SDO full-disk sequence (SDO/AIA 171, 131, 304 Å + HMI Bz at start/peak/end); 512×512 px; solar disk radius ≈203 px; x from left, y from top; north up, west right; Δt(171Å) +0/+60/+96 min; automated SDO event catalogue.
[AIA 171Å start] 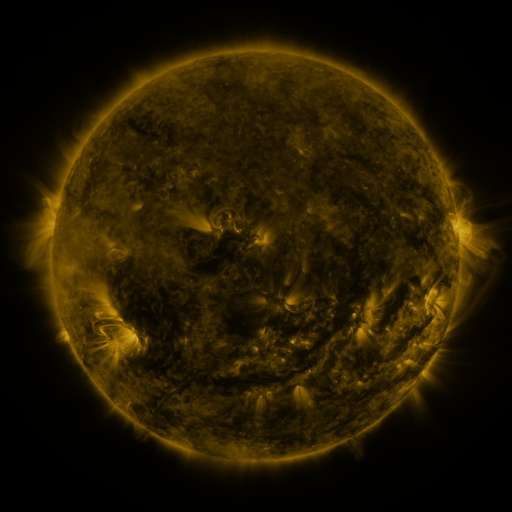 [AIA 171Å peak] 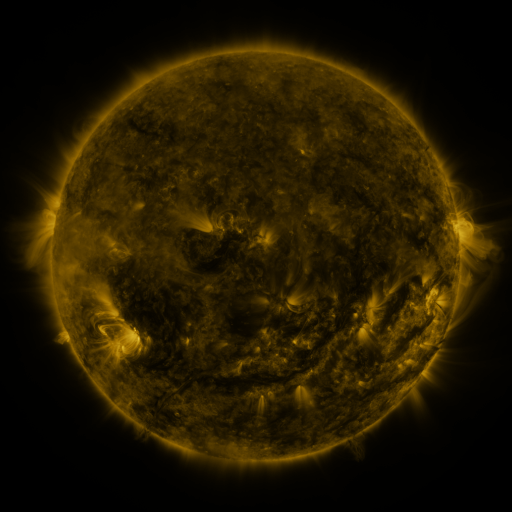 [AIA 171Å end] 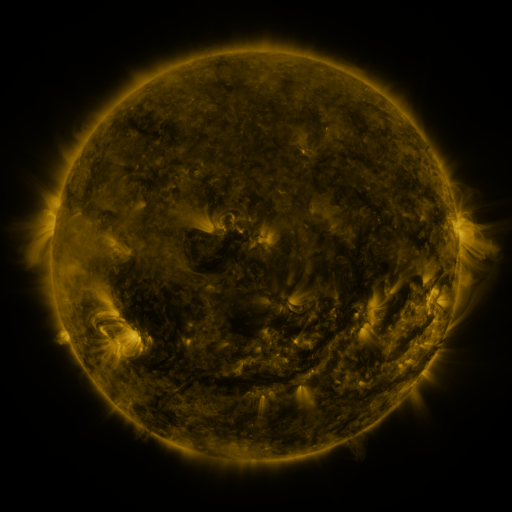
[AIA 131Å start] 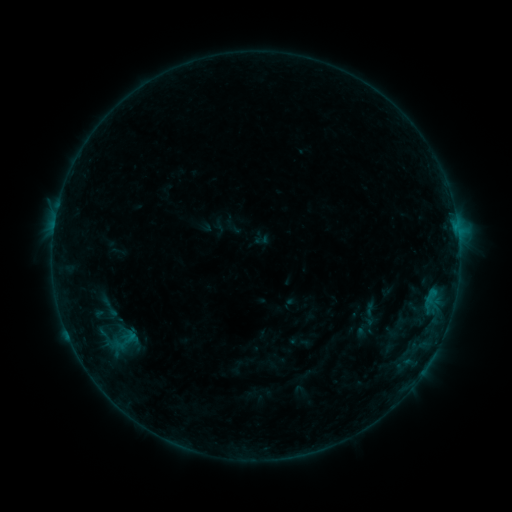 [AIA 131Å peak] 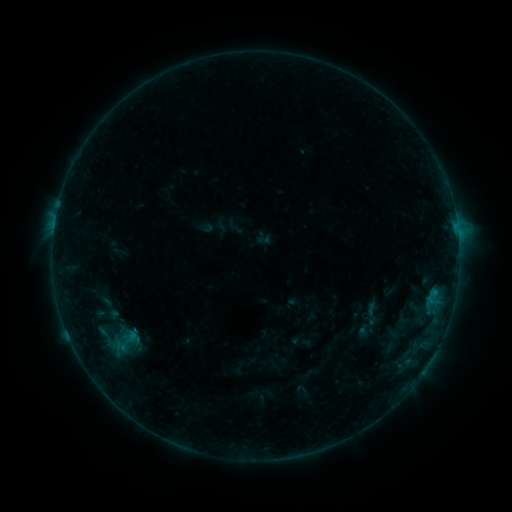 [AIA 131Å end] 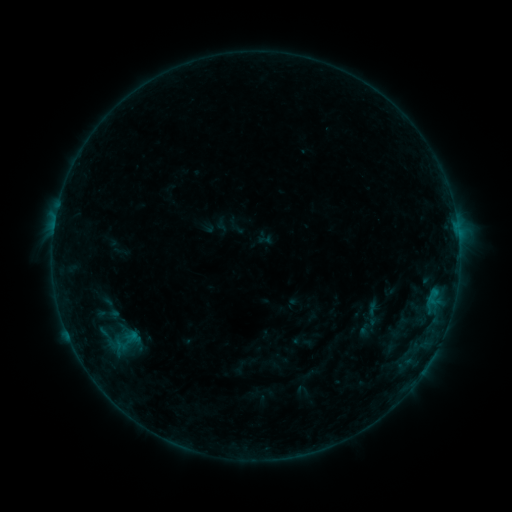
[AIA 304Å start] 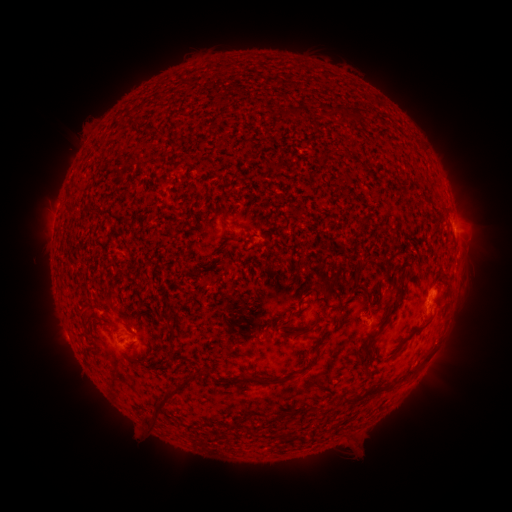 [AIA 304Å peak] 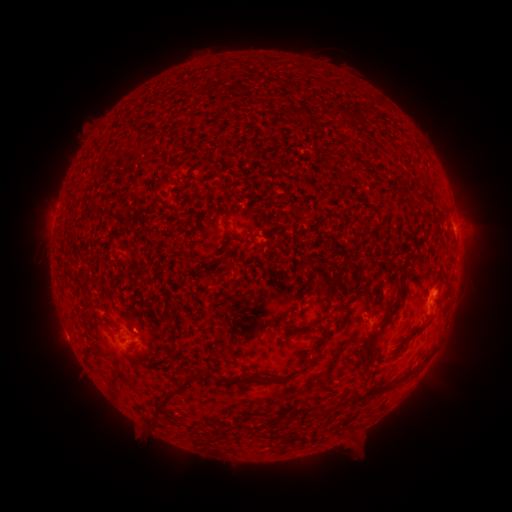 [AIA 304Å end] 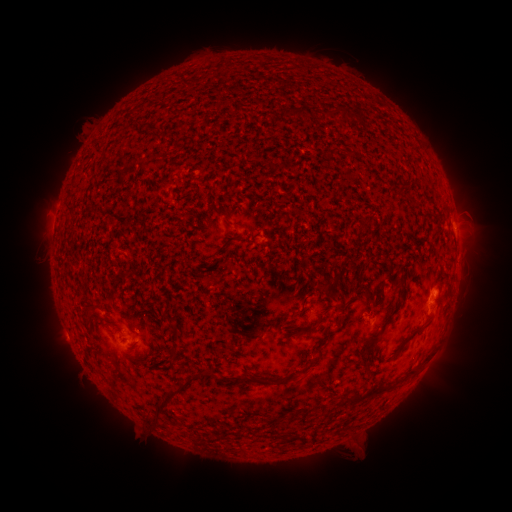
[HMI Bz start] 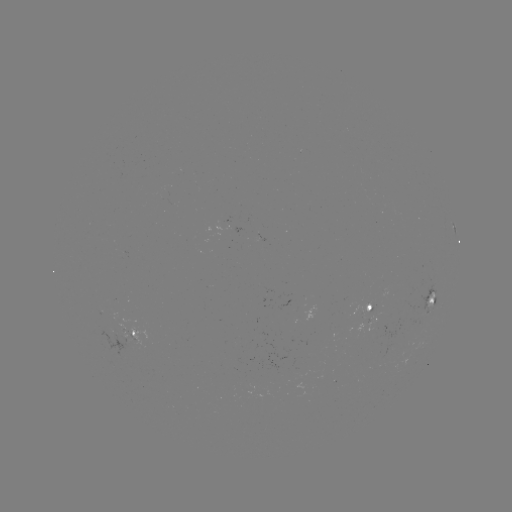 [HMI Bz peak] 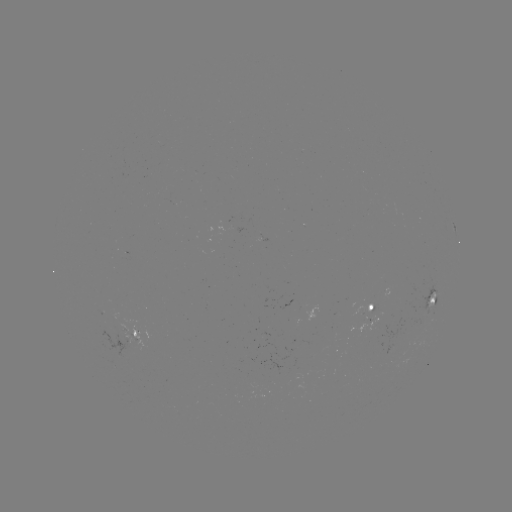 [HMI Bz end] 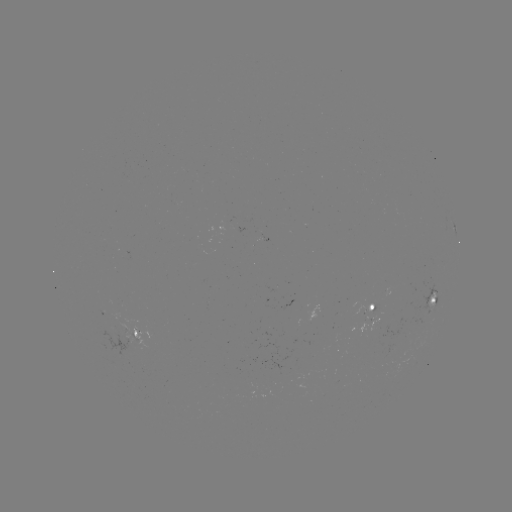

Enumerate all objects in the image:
emerging-flux region: (333, 332)
